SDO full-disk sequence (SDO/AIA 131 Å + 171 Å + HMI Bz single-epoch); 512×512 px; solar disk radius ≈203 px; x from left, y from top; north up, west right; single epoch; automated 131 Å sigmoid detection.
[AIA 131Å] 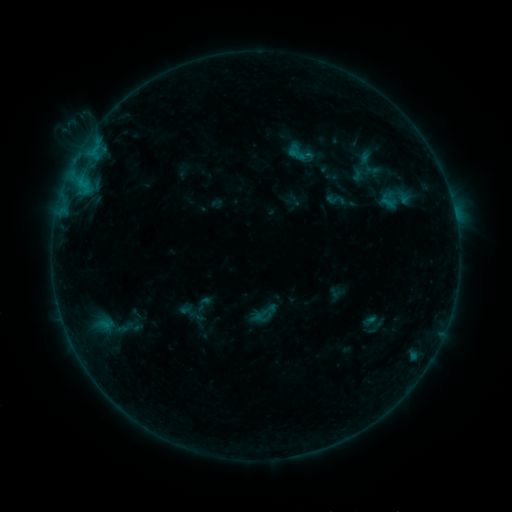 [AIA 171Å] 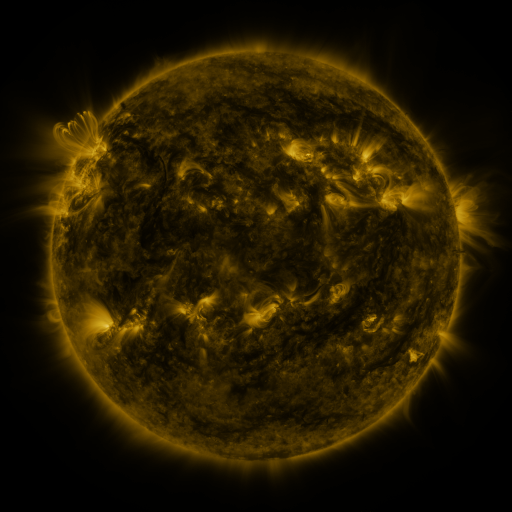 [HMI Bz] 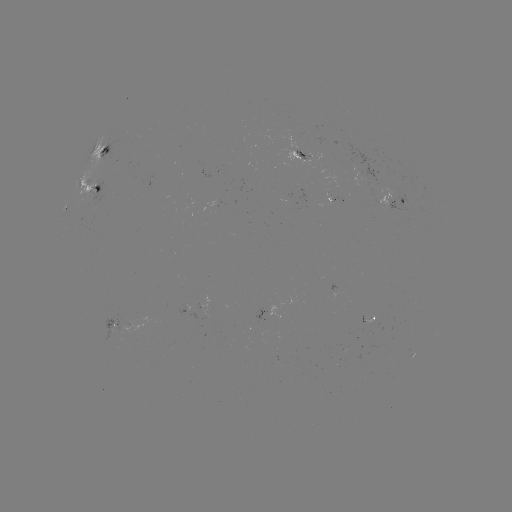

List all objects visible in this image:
sigmoid: (264, 313)
